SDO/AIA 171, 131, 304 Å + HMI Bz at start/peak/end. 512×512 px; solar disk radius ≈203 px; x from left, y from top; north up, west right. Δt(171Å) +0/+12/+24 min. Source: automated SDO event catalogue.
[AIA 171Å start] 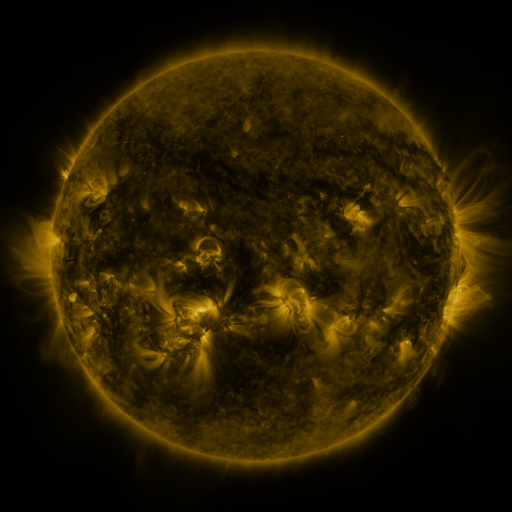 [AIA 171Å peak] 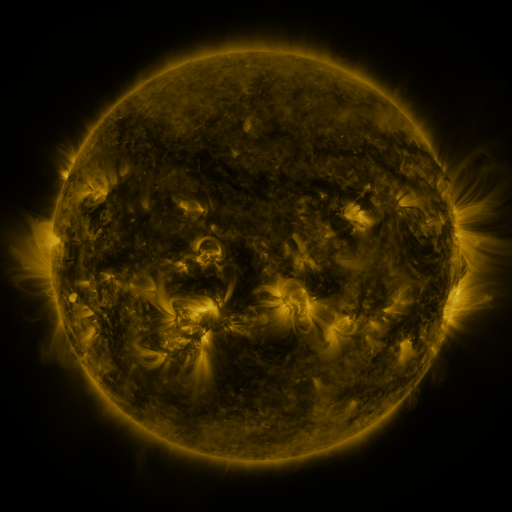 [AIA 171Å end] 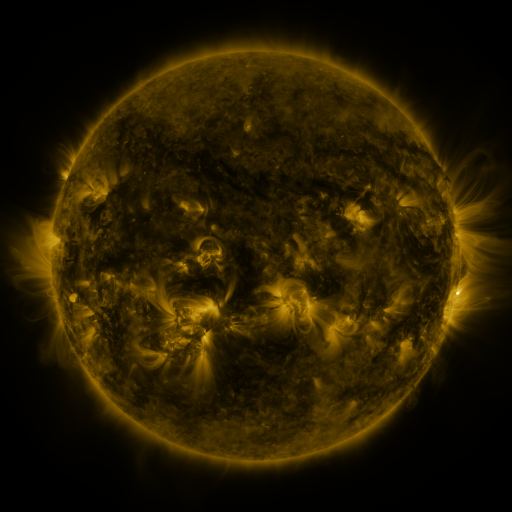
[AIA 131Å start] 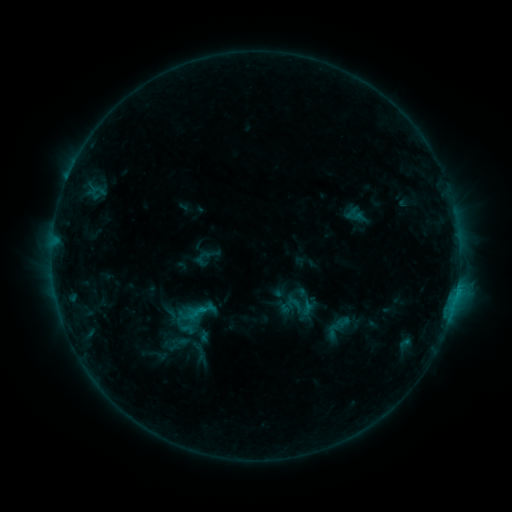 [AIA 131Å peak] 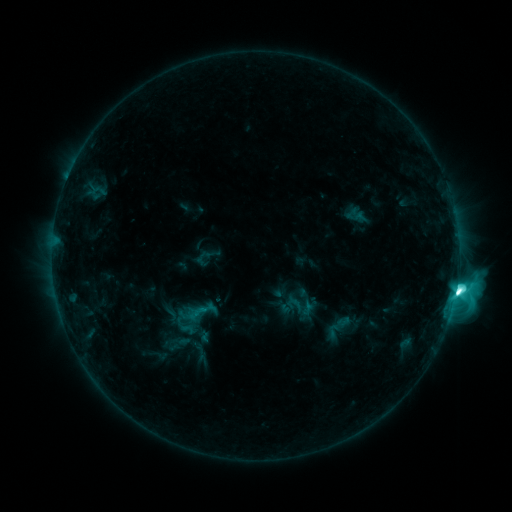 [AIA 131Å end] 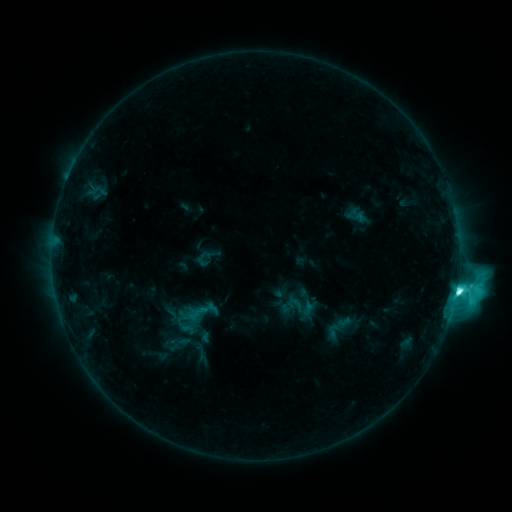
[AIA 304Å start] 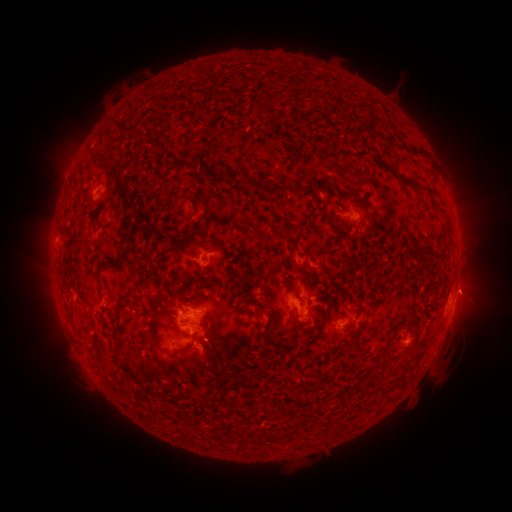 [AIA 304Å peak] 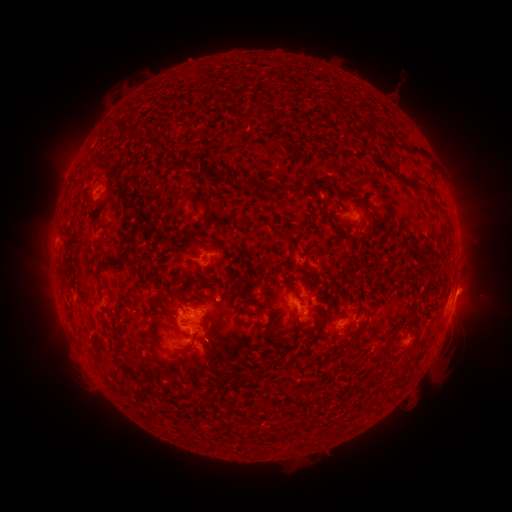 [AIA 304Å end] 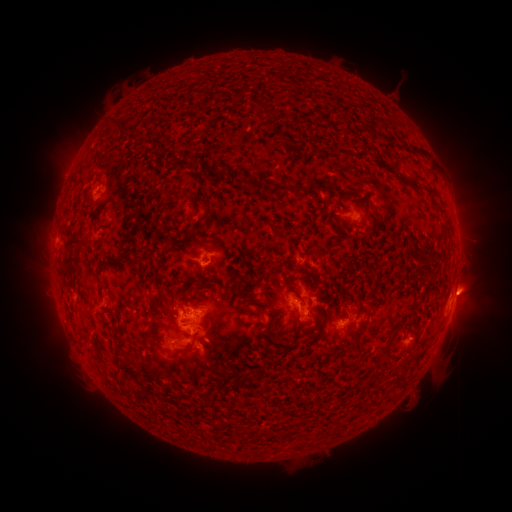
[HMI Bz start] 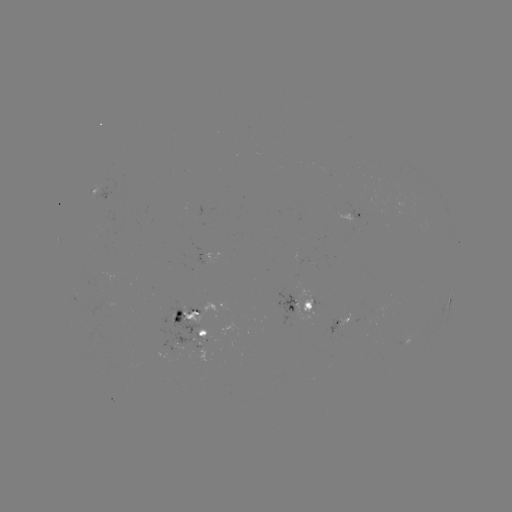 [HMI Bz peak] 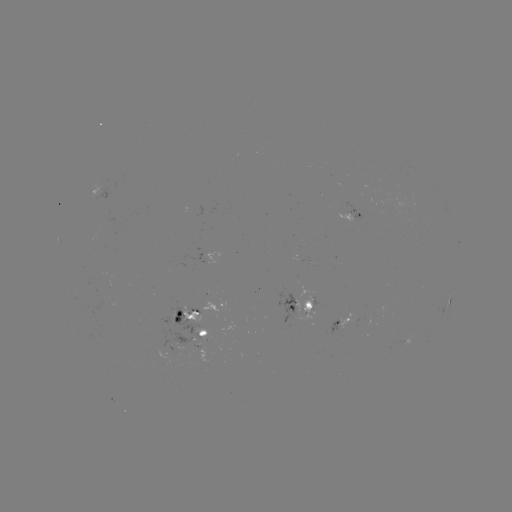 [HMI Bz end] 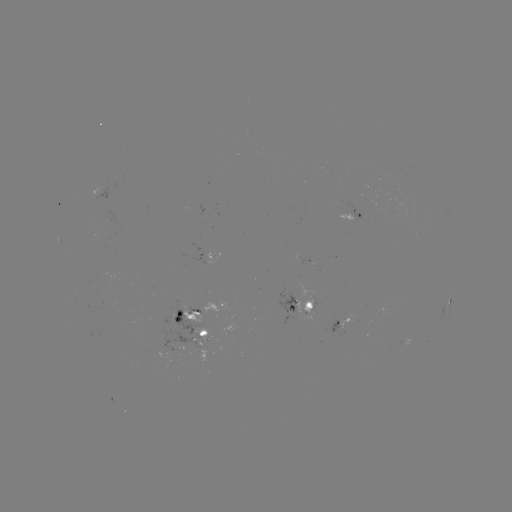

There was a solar flare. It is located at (455, 291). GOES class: M1.9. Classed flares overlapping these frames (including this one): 1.